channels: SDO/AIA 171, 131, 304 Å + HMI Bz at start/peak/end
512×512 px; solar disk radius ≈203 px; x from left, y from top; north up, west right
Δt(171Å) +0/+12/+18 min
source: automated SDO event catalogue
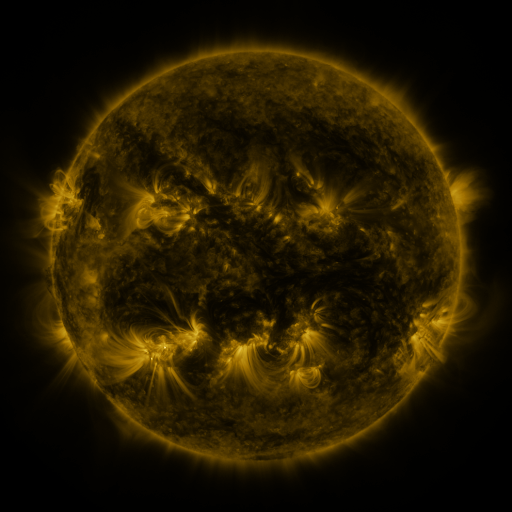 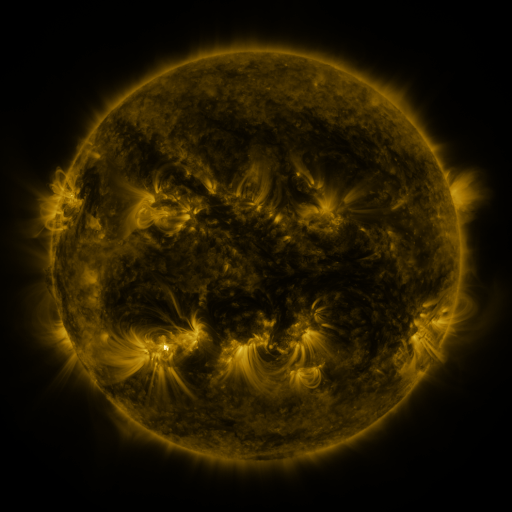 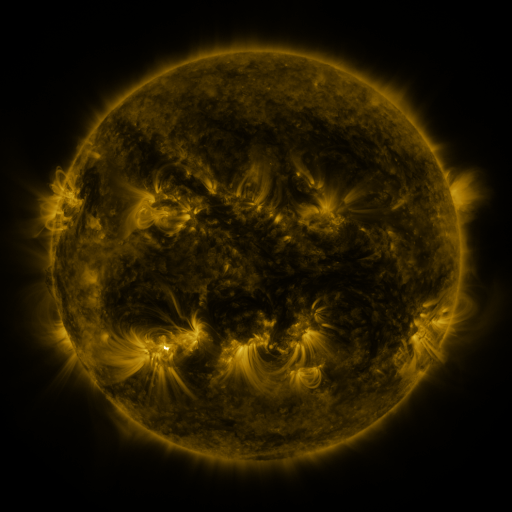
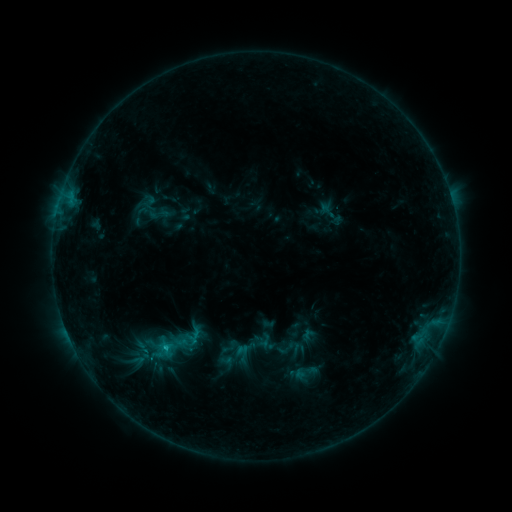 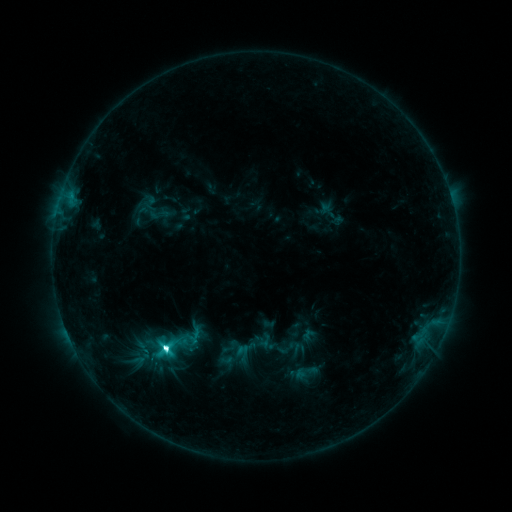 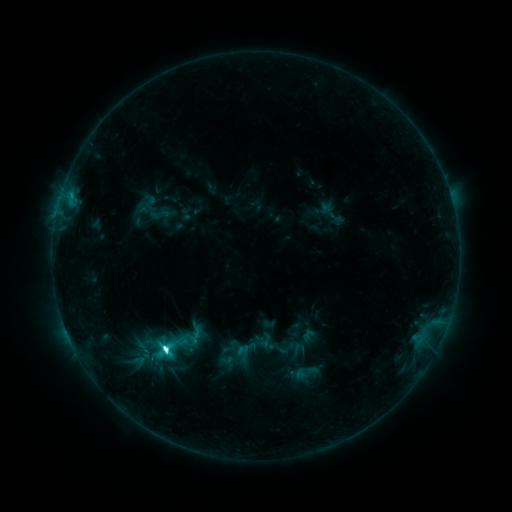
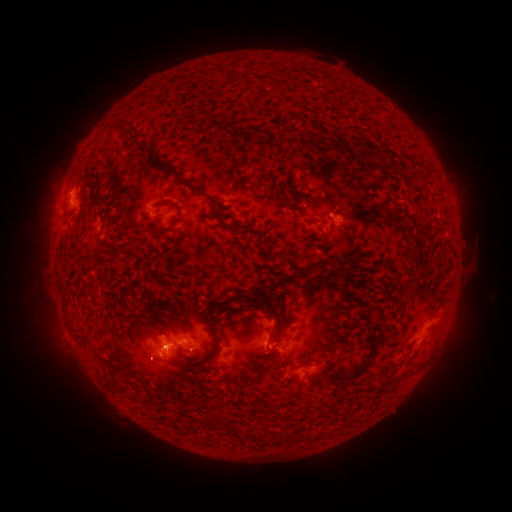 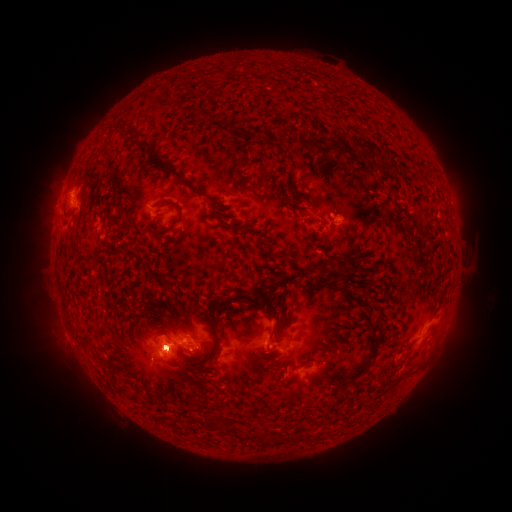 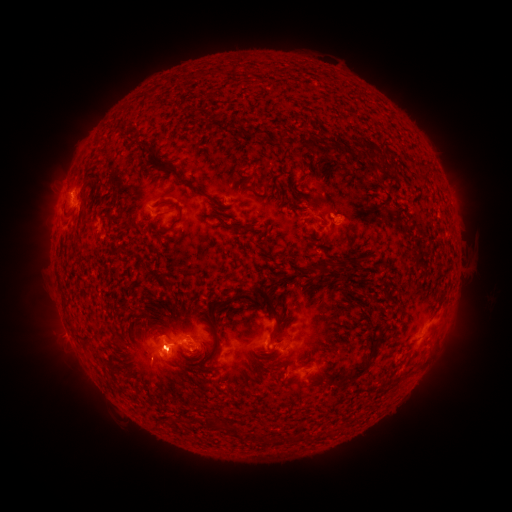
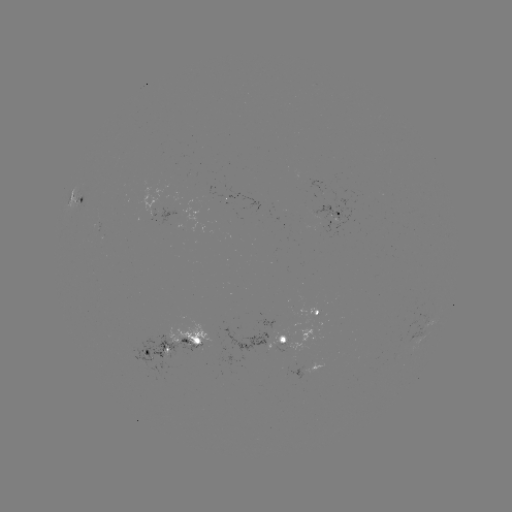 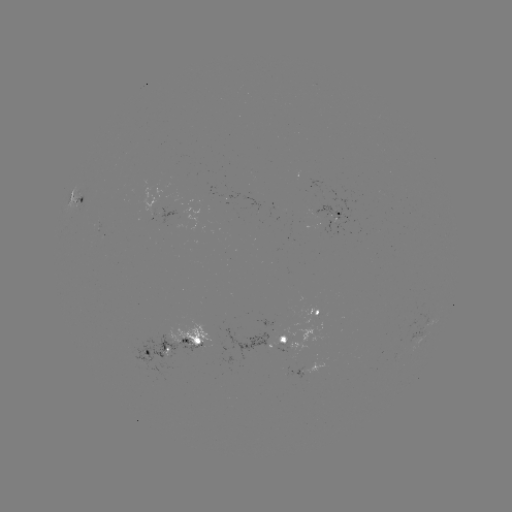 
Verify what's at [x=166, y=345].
M1.1 flare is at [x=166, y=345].